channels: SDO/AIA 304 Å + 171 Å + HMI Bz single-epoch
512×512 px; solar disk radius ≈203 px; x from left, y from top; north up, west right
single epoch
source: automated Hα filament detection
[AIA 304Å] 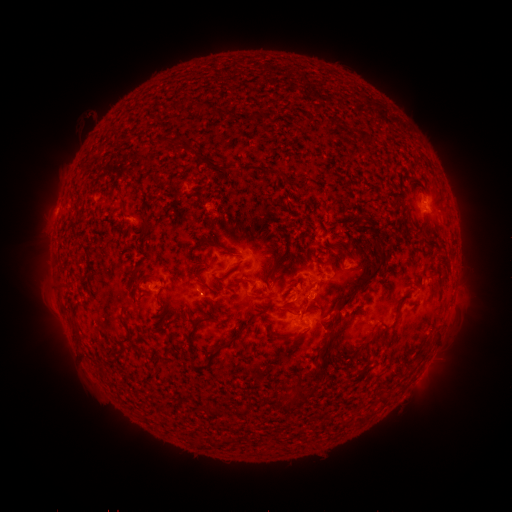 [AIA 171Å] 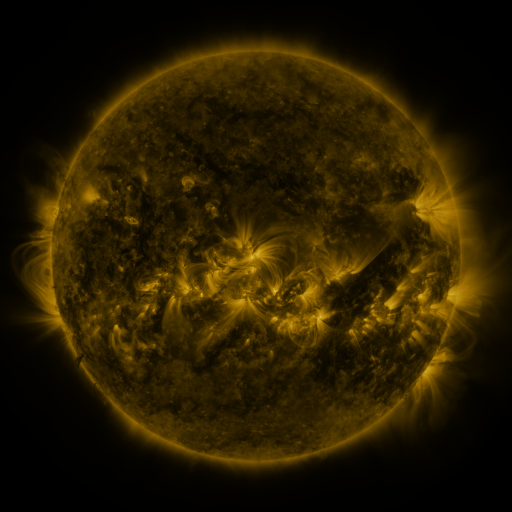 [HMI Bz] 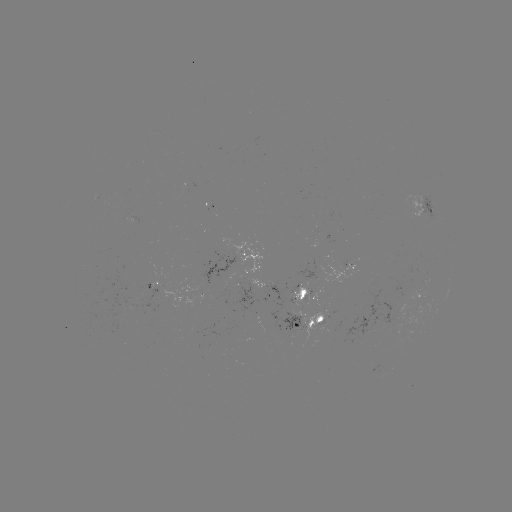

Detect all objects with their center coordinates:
filament: <bbox>218, 97, 231, 106</bbox>
filament: <bbox>176, 125, 186, 134</bbox>
filament: <bbox>191, 127, 200, 135</bbox>
filament: <bbox>212, 150, 224, 157</bbox>
filament: <bbox>380, 155, 390, 165</bbox>
filament: <bbox>229, 159, 247, 171</bbox>
filament: <bbox>128, 178, 136, 191</bbox>
filament: <bbox>147, 202, 157, 219</bbox>
filament: <bbox>195, 228, 229, 247</bbox>
filament: <bbox>123, 247, 142, 271</bbox>
filament: <bbox>335, 257, 345, 274</bbox>
filament: <bbox>327, 265, 386, 323</bbox>
filament: <bbox>219, 275, 240, 286</bbox>
filament: <bbox>63, 294, 71, 316</bbox>
filament: <bbox>175, 307, 205, 330</bbox>
filament: <bbox>209, 314, 245, 342</bbox>
filament: <bbox>100, 327, 110, 334</bbox>
filament: <bbox>137, 390, 149, 402</bbox>
filament: <bbox>181, 395, 197, 407</bbox>
